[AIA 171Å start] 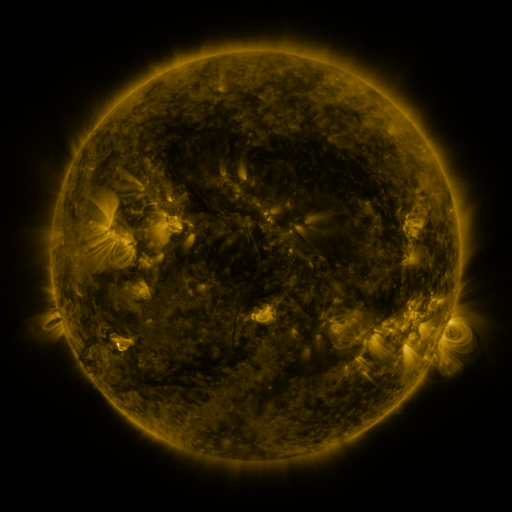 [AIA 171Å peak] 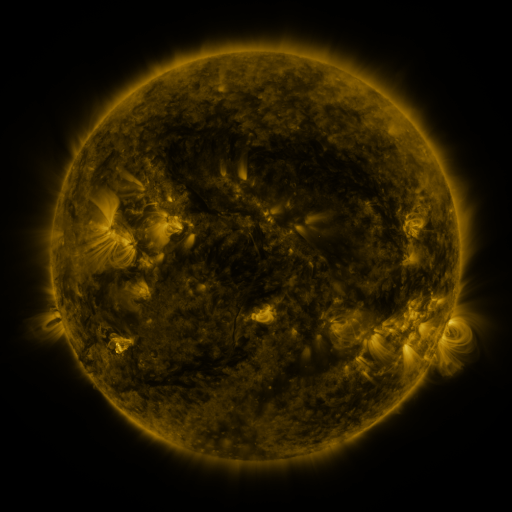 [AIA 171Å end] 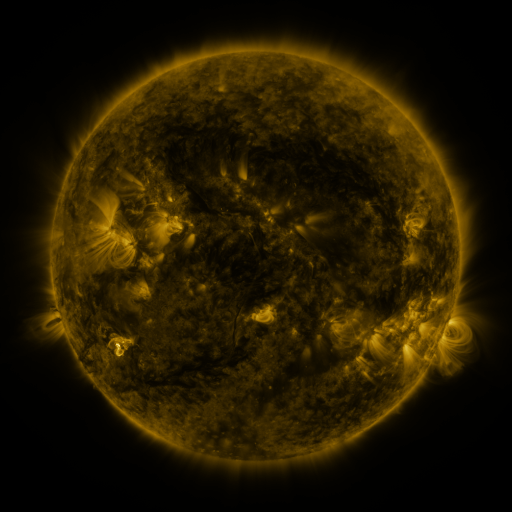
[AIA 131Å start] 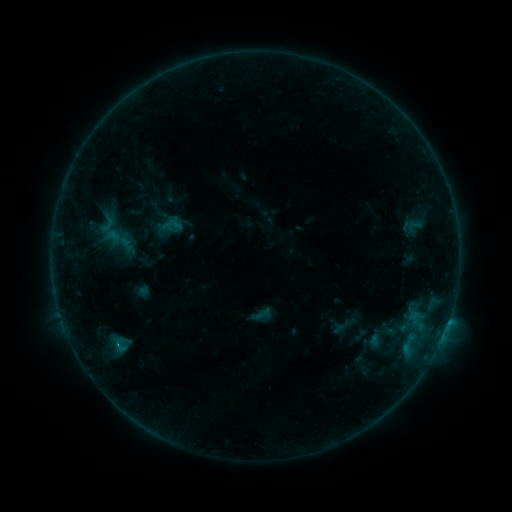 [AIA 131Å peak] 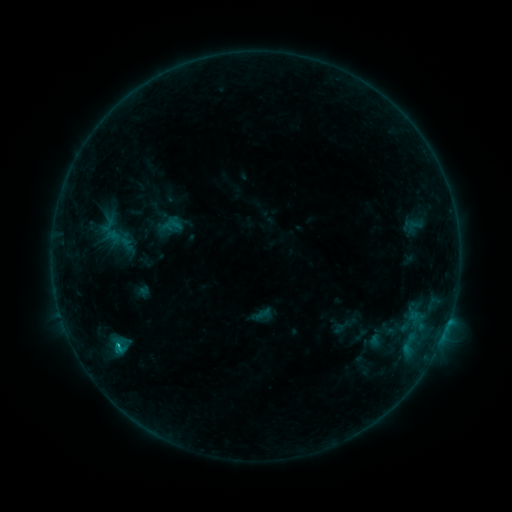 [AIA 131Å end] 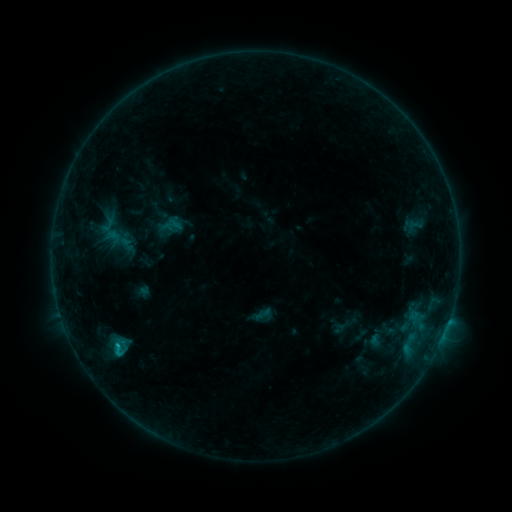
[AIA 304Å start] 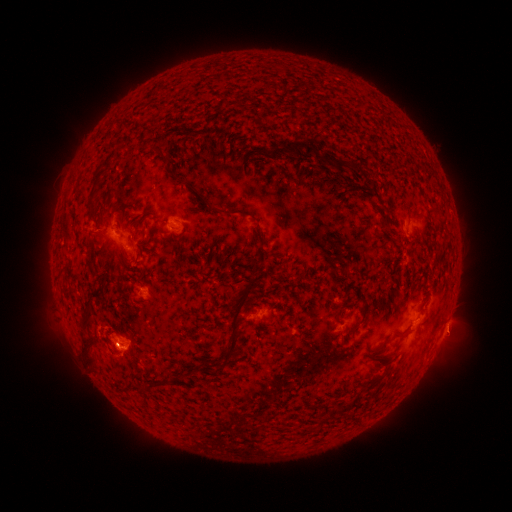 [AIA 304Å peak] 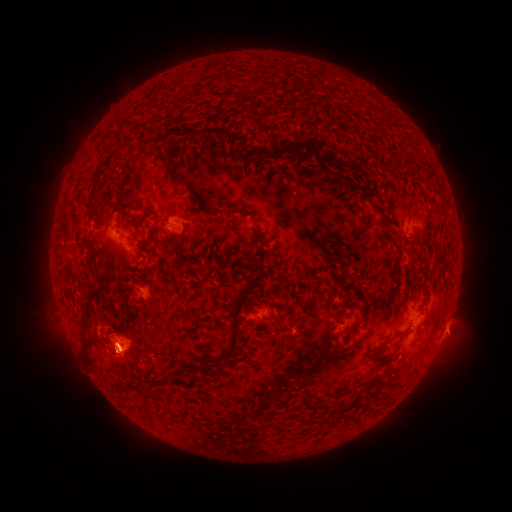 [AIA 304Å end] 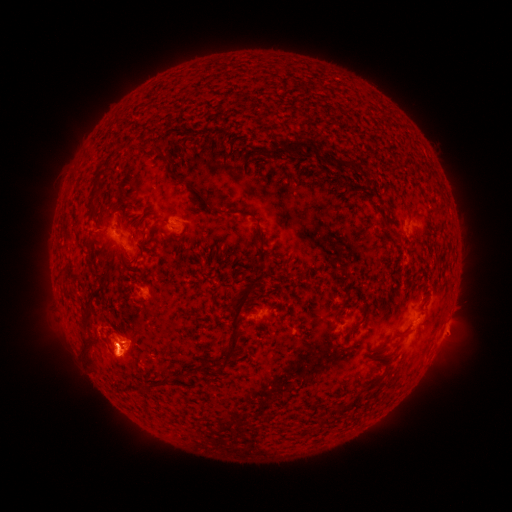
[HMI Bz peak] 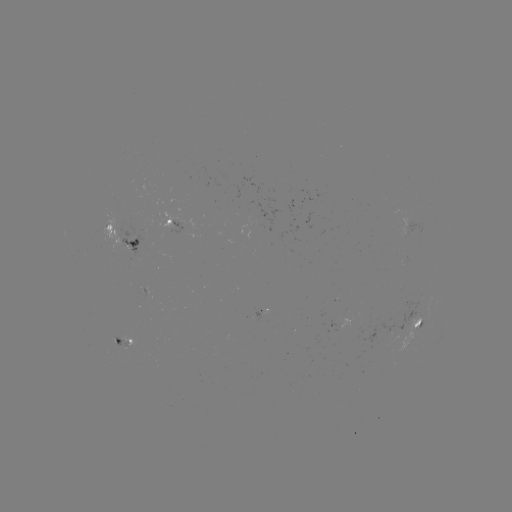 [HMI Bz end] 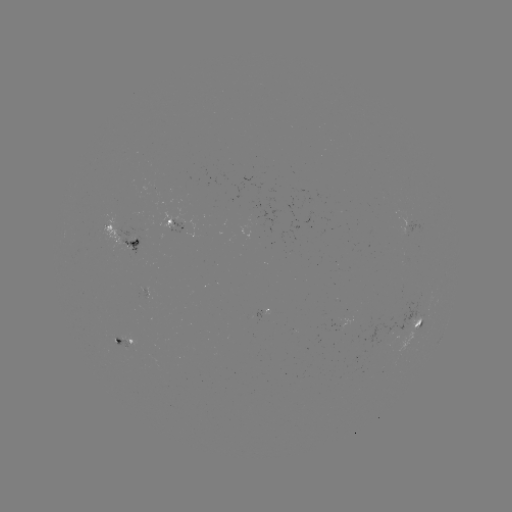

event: flare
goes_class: B6.9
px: (120, 341)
